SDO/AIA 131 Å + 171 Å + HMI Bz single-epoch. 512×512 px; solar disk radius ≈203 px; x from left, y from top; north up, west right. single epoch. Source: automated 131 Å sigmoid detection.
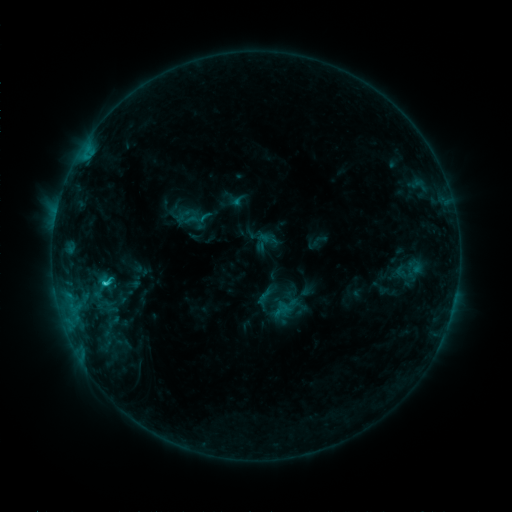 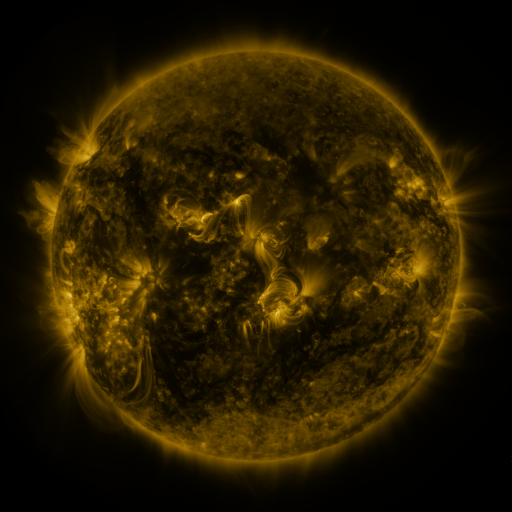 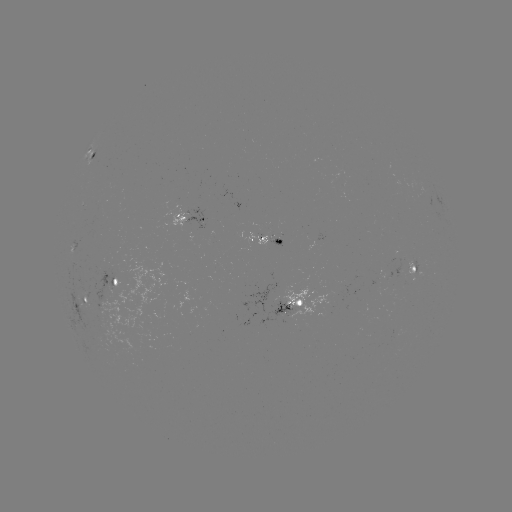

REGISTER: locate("sigmoid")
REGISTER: (266, 242)